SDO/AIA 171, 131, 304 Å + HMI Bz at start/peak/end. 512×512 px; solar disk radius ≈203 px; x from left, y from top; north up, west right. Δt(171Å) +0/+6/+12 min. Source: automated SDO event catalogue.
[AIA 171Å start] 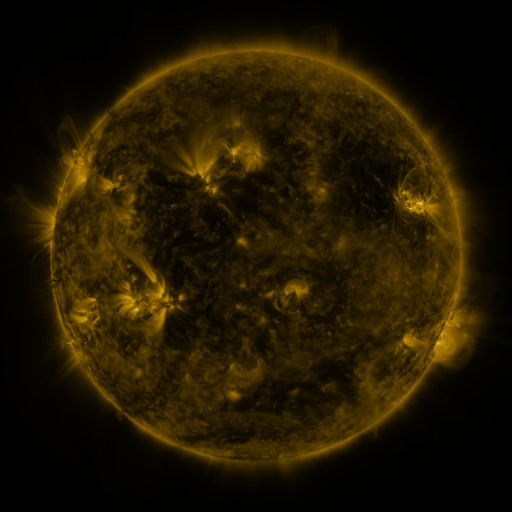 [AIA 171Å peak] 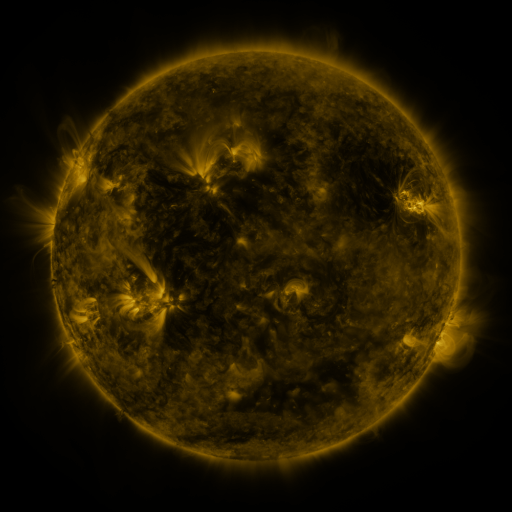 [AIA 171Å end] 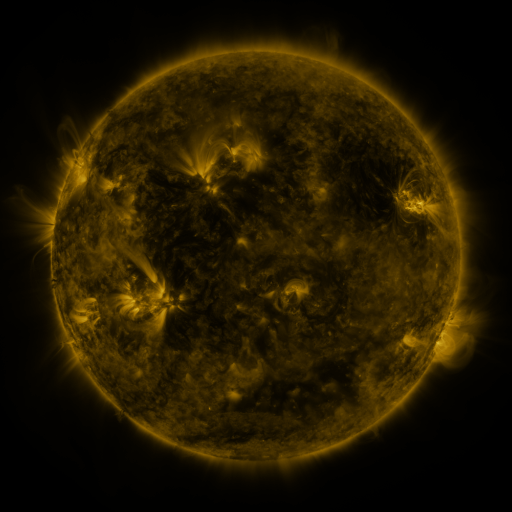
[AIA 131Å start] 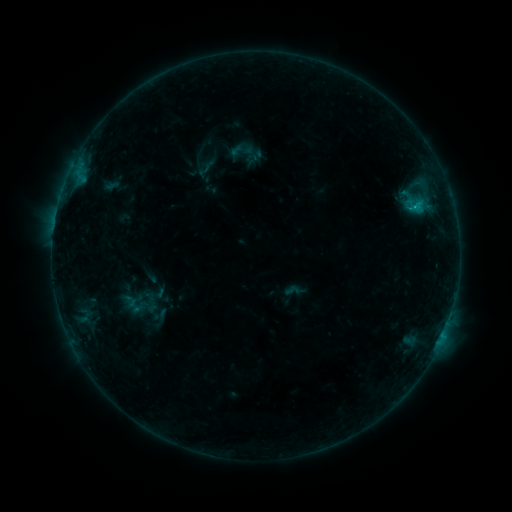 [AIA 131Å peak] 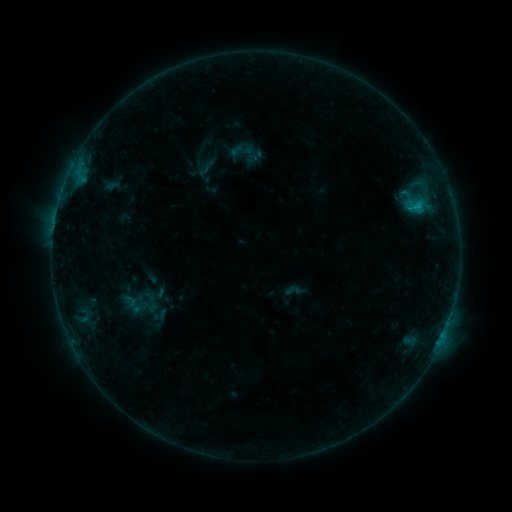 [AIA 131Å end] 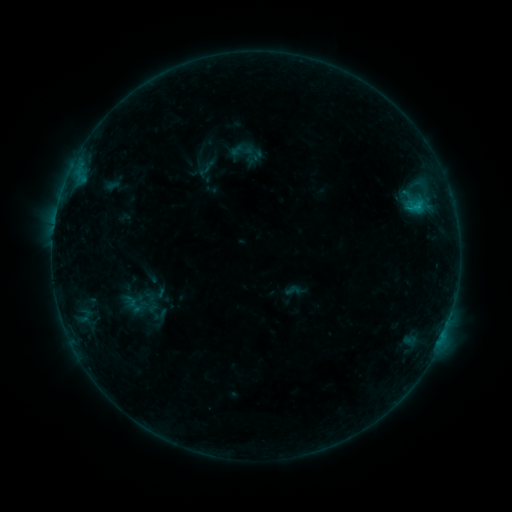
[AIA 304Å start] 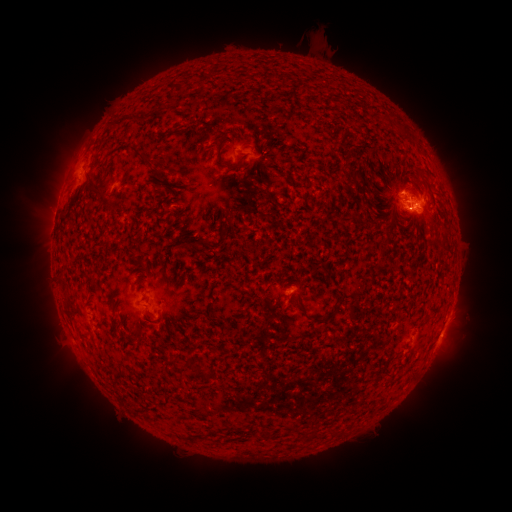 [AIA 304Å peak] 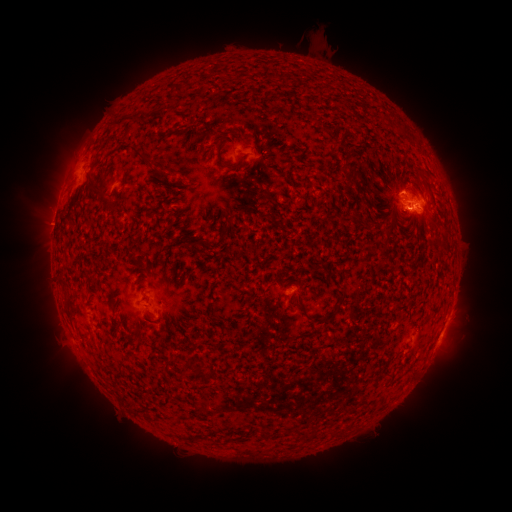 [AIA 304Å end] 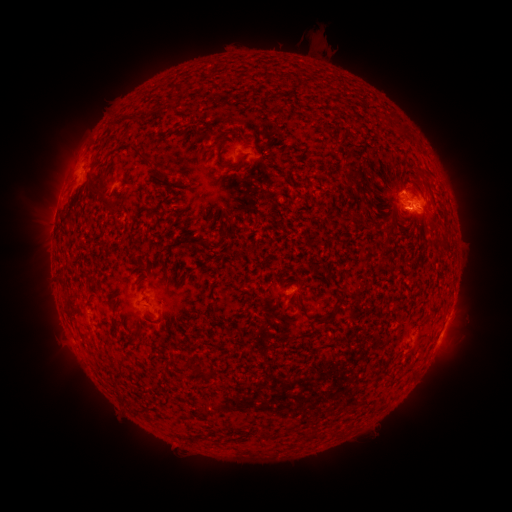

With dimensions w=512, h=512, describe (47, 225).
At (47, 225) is eruption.